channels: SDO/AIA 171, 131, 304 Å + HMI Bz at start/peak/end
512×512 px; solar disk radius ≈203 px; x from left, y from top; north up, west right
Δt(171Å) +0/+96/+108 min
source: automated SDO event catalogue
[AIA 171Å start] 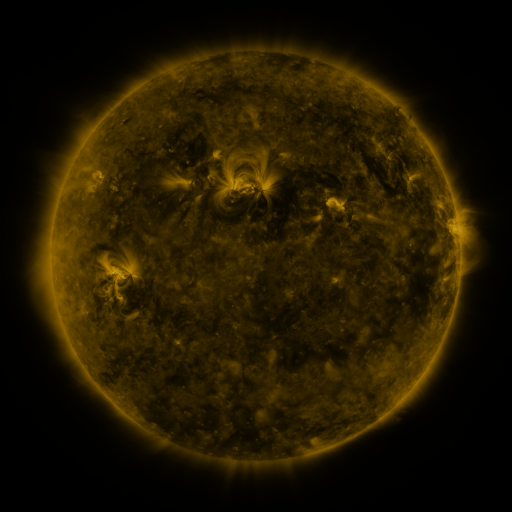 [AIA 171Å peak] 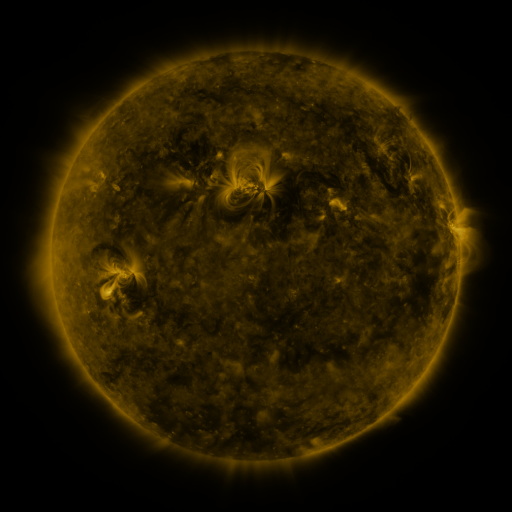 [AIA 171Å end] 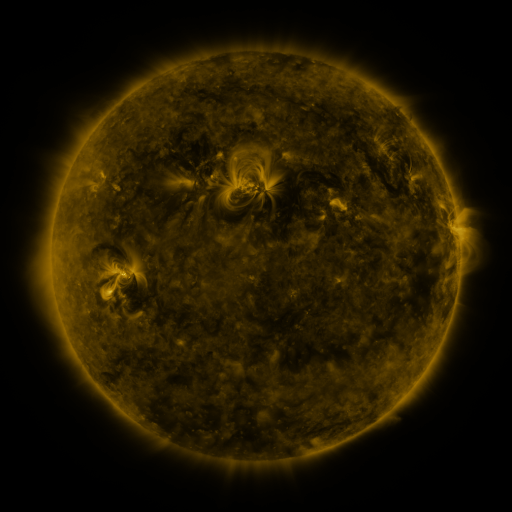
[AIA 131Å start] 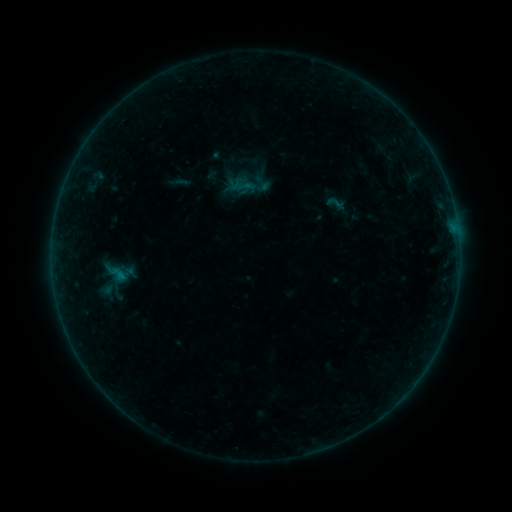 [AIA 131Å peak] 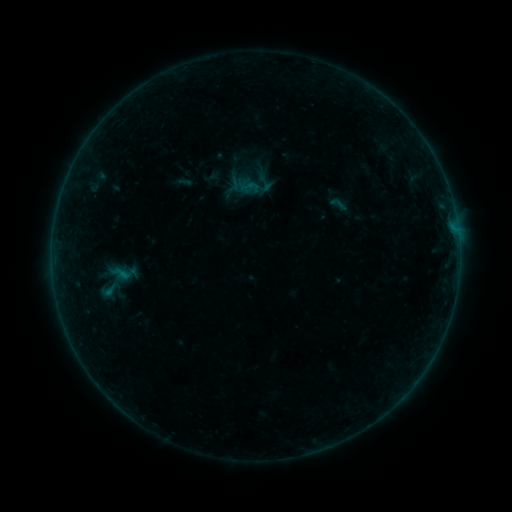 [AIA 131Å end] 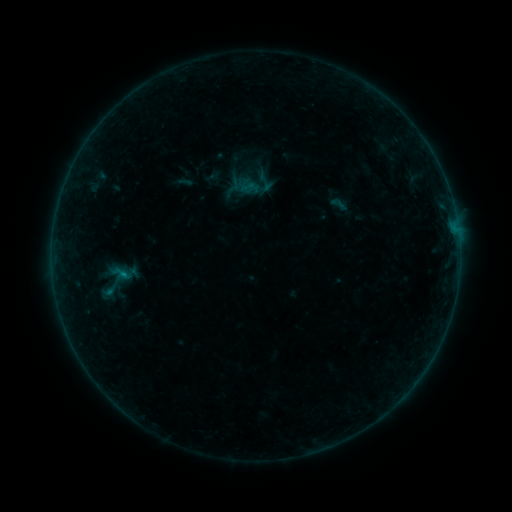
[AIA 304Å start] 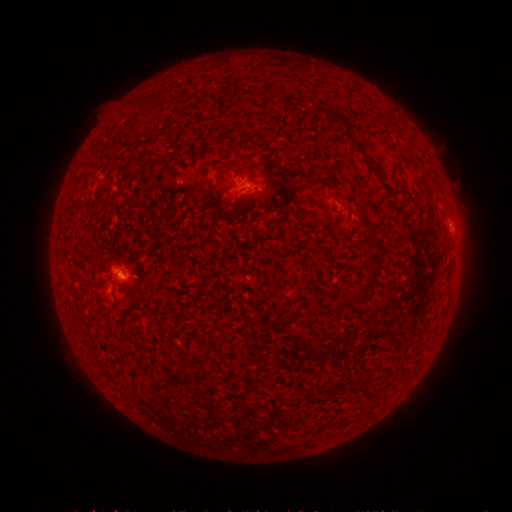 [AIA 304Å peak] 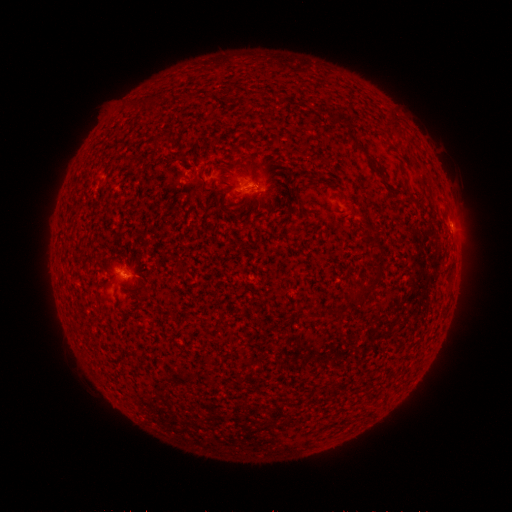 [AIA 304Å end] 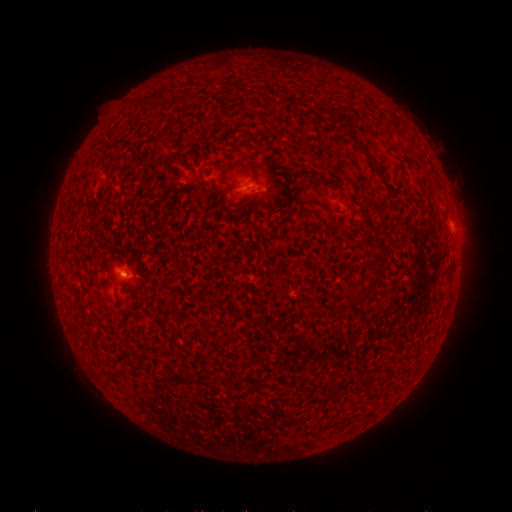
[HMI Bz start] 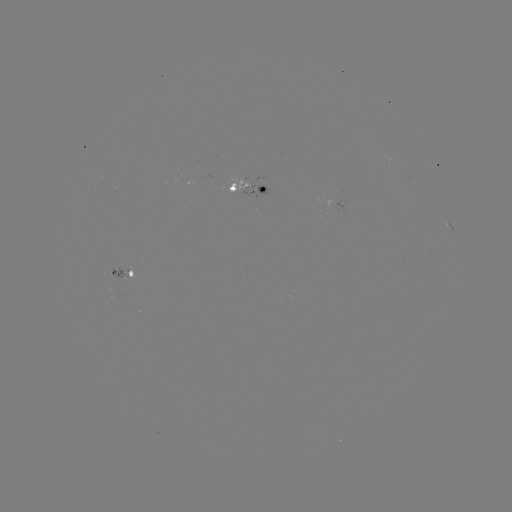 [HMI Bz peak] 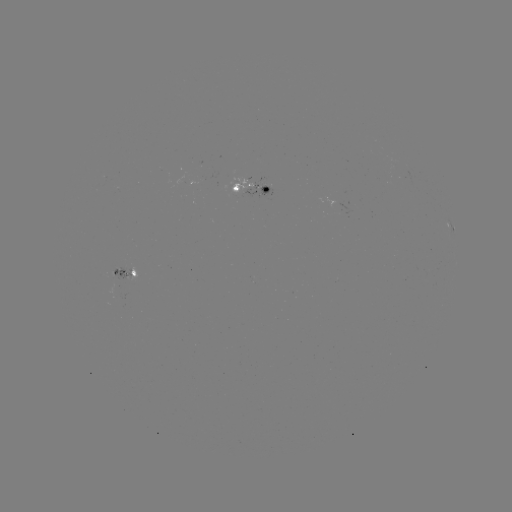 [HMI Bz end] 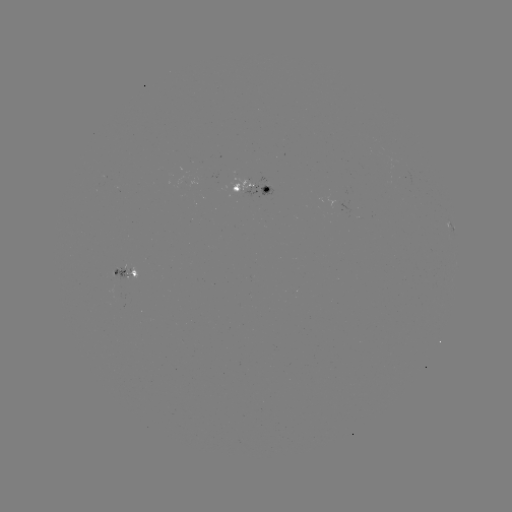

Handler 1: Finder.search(emerging-flux region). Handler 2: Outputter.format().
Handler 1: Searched emerging-flux region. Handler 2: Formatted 244,181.